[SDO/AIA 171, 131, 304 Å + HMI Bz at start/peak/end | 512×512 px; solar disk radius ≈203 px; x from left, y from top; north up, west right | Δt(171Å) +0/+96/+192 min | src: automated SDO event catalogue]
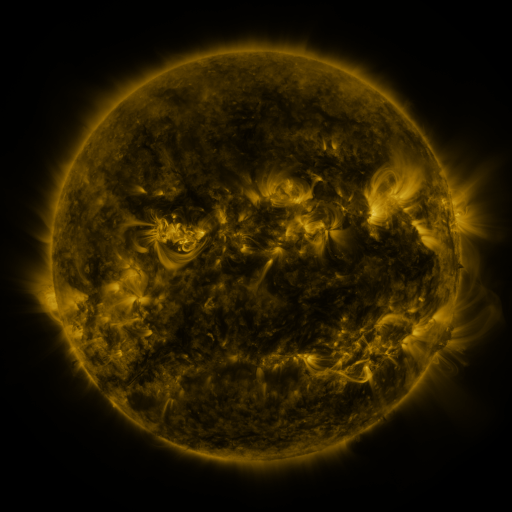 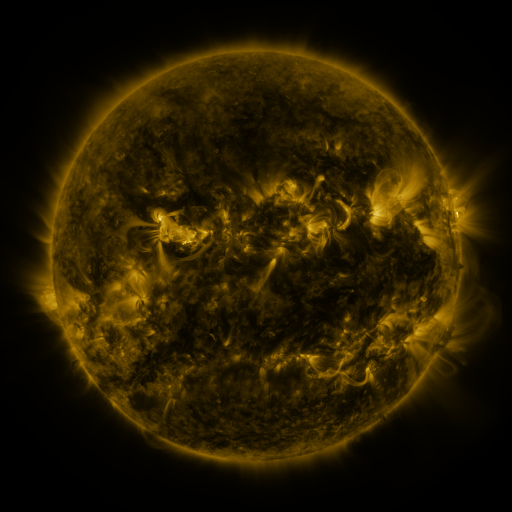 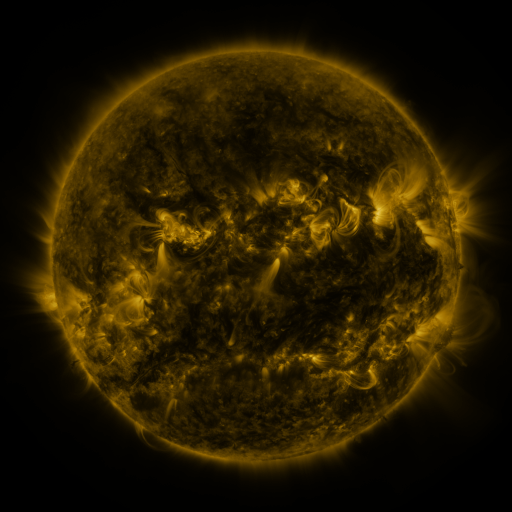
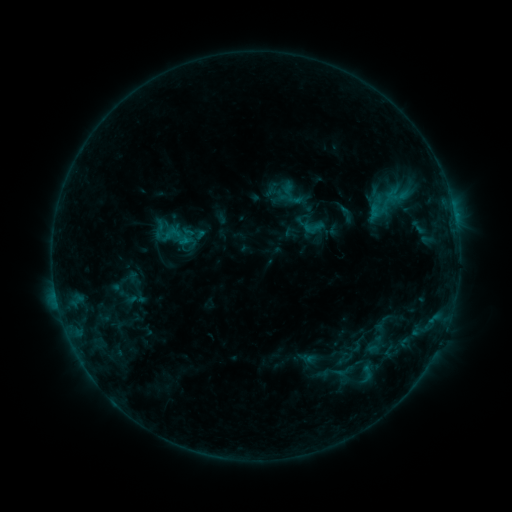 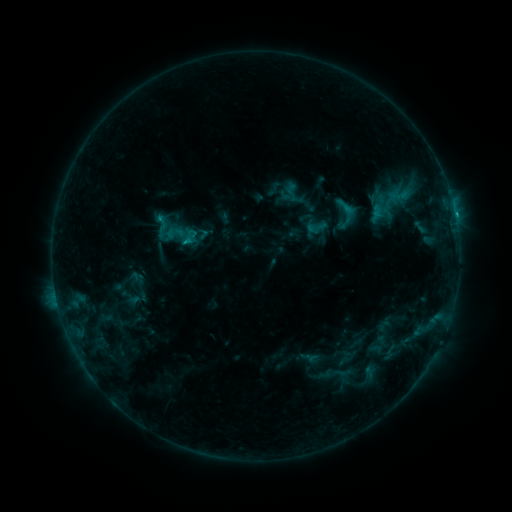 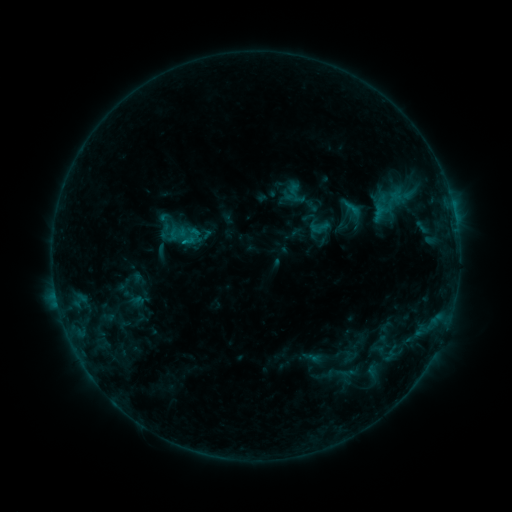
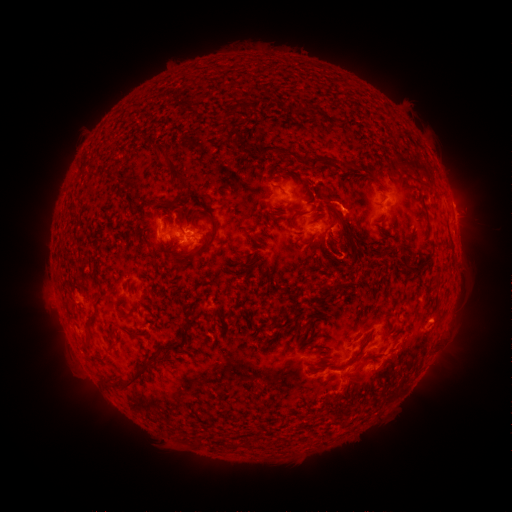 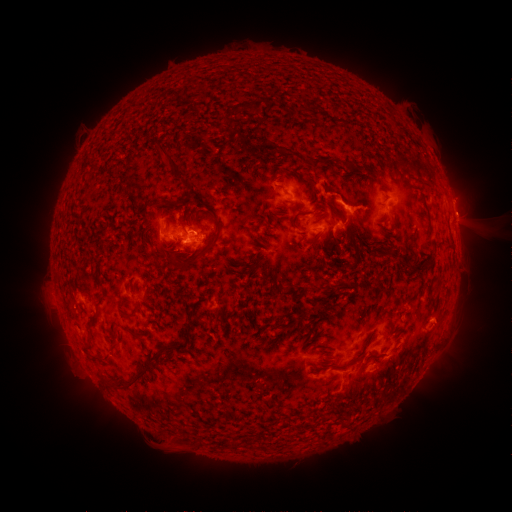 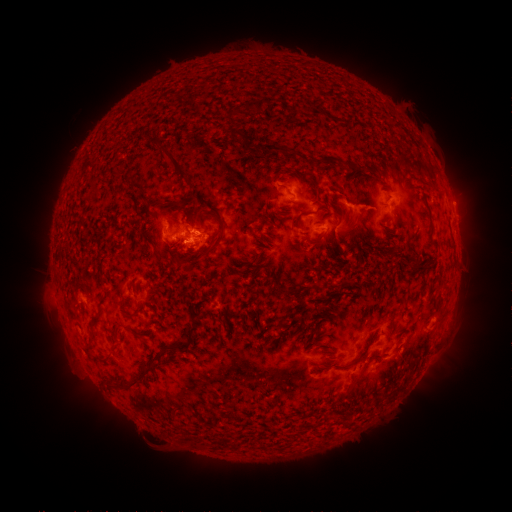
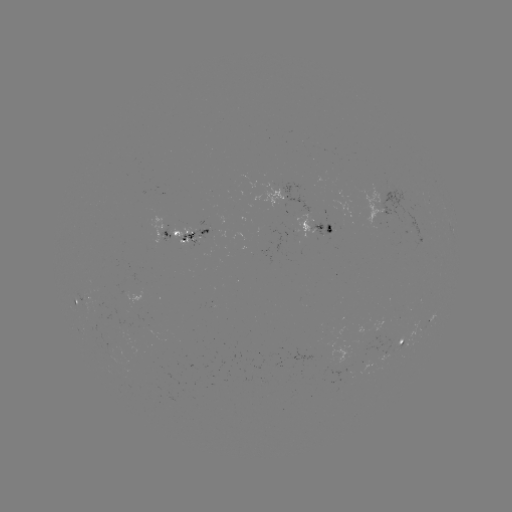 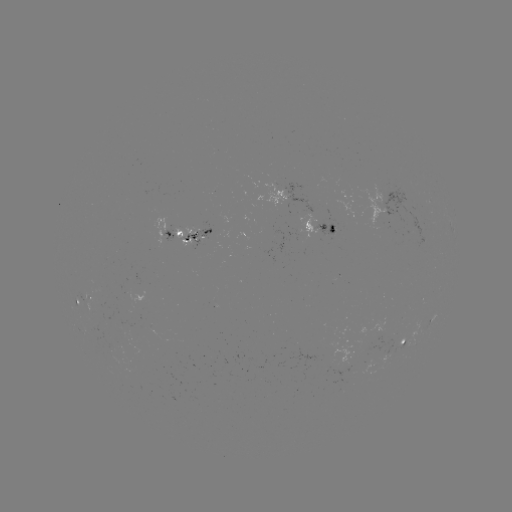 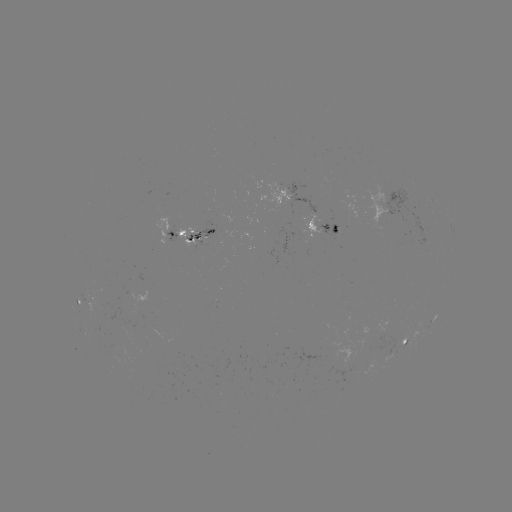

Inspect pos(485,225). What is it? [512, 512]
filament eruption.